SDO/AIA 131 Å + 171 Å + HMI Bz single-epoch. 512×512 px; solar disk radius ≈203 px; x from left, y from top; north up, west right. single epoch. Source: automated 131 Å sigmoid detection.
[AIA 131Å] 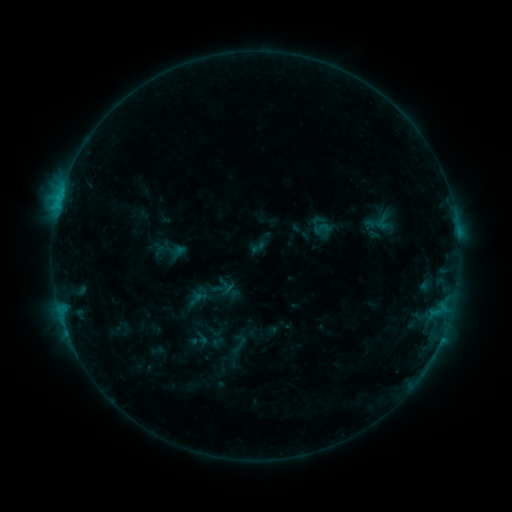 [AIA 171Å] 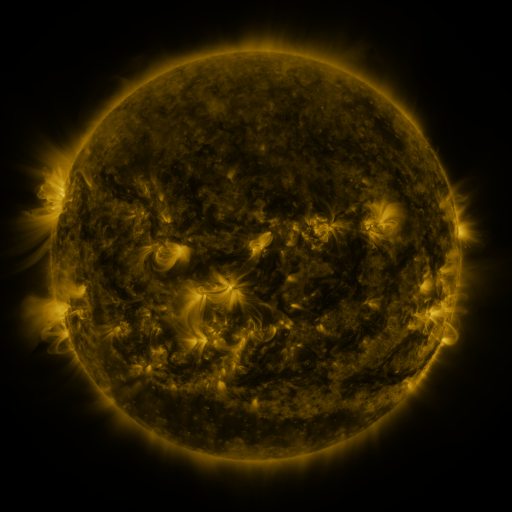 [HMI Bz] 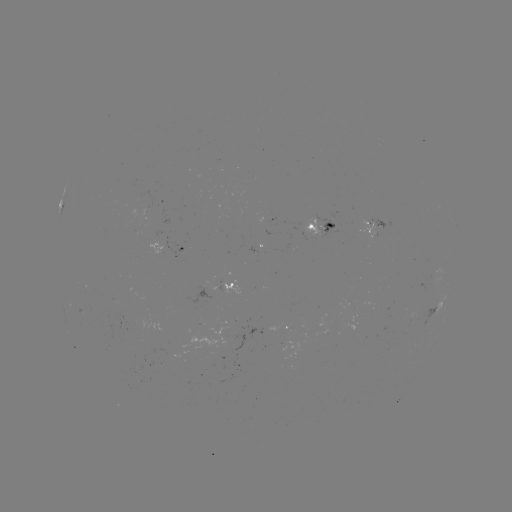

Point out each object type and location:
sigmoid: [249, 238, 267, 256]
